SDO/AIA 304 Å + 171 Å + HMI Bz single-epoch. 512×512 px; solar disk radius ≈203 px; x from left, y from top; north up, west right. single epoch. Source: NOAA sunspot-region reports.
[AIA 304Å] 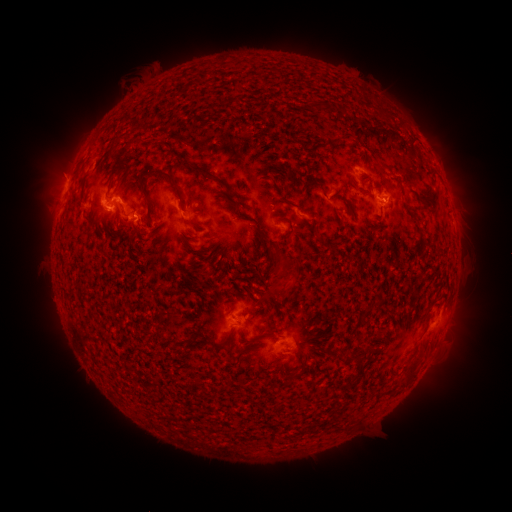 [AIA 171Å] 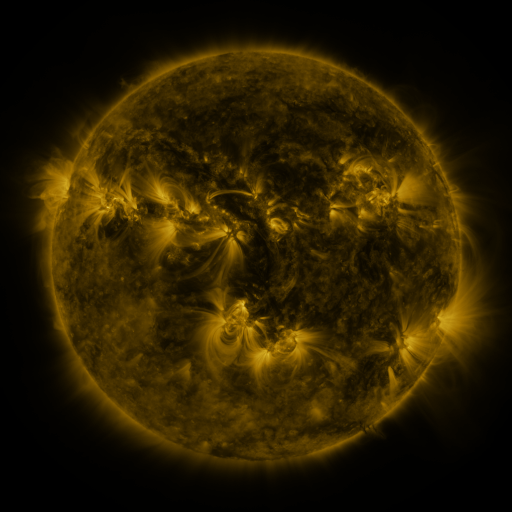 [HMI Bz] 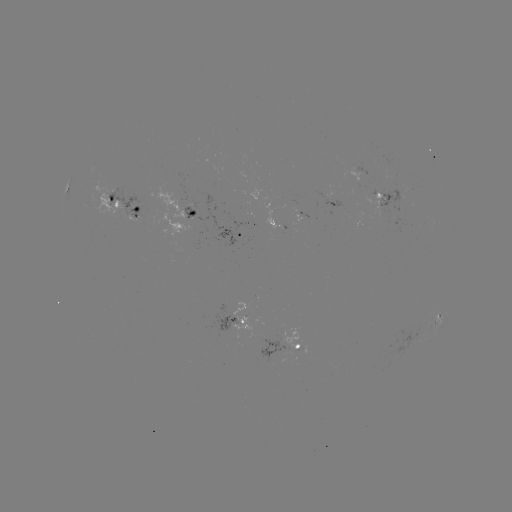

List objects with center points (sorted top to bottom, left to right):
spotted active region: (67, 187)
spotted active region: (383, 201)
spotted active region: (124, 208)
spotted active region: (191, 212)
spotted active region: (238, 234)
spotted active region: (437, 314)
spotted active region: (238, 322)
spotted active region: (297, 348)
